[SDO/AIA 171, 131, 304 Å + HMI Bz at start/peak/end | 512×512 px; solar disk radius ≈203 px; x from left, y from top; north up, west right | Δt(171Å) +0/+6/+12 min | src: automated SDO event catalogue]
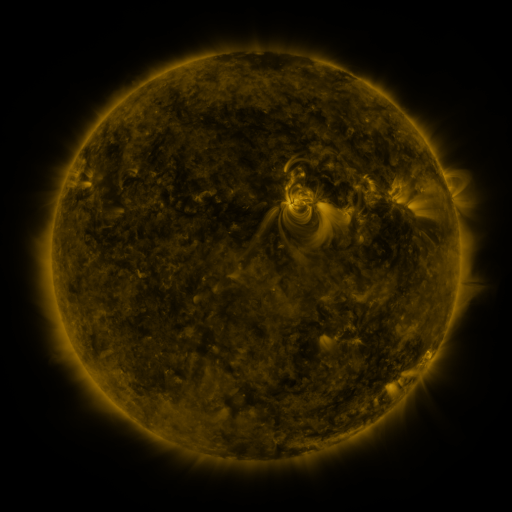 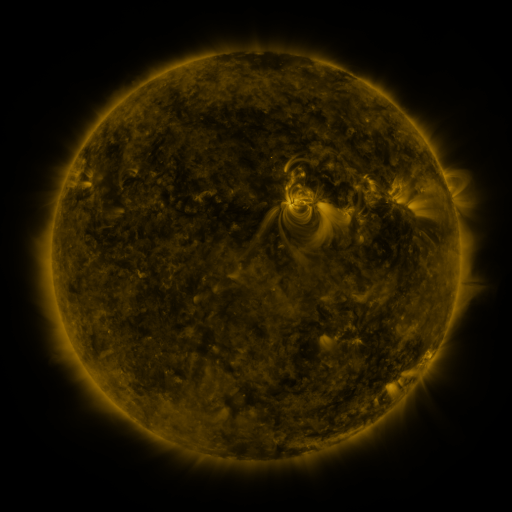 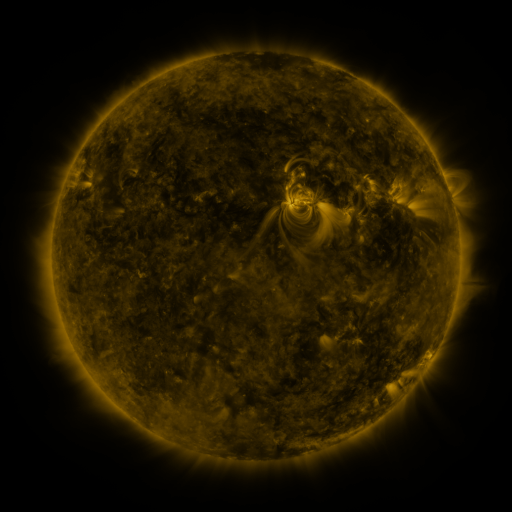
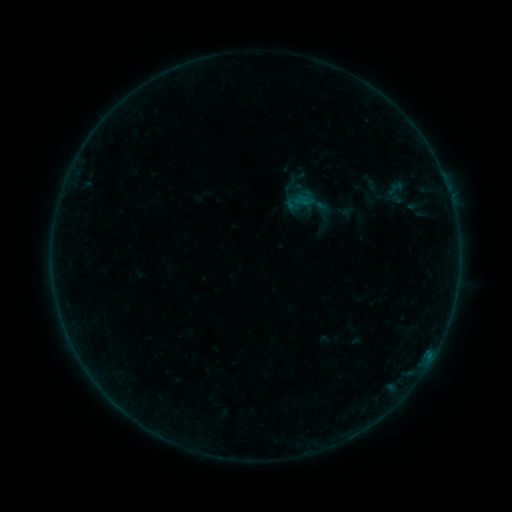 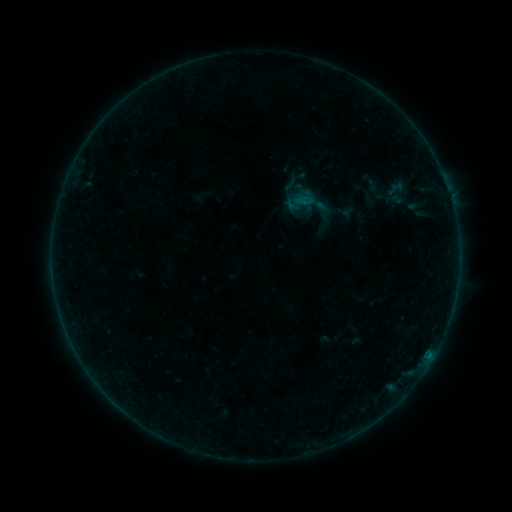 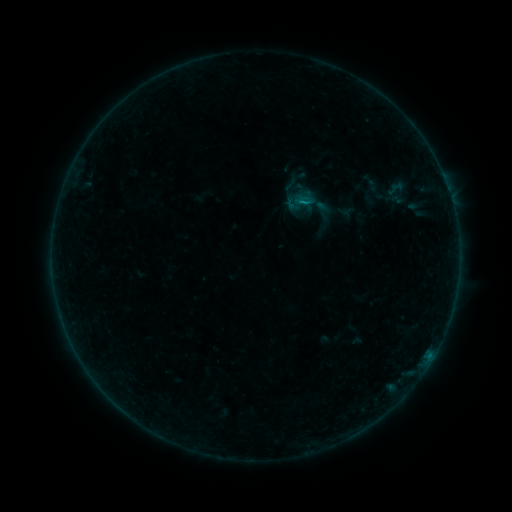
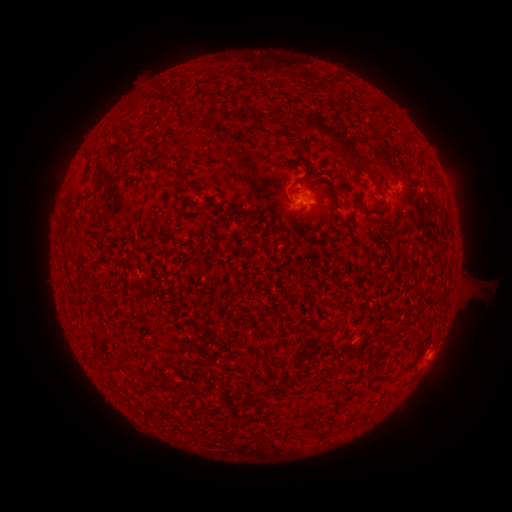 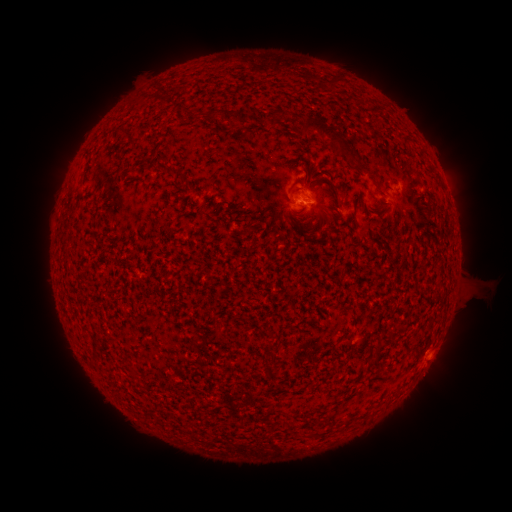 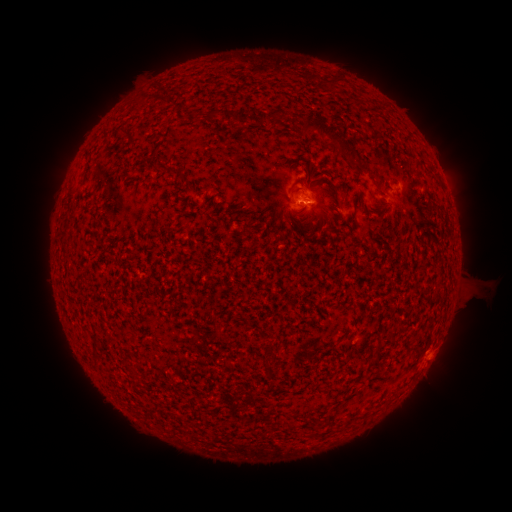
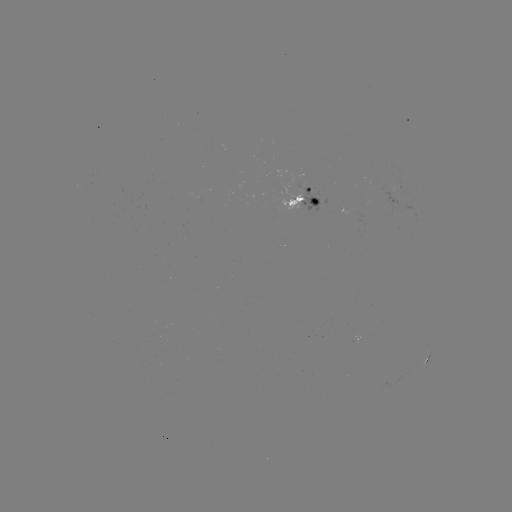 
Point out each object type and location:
B2.2 flare: (430, 354)
